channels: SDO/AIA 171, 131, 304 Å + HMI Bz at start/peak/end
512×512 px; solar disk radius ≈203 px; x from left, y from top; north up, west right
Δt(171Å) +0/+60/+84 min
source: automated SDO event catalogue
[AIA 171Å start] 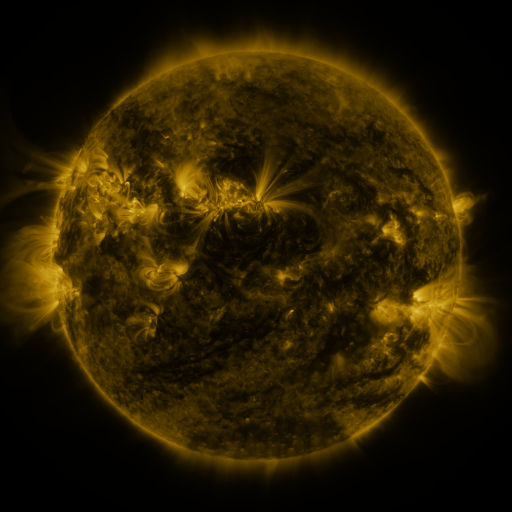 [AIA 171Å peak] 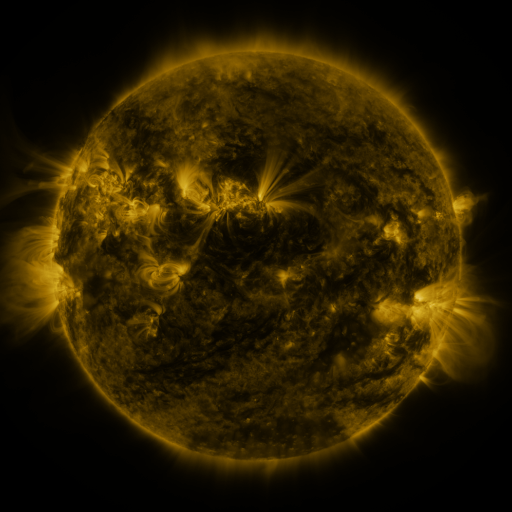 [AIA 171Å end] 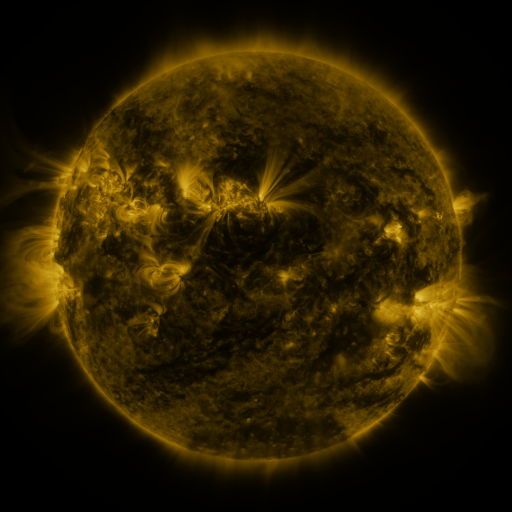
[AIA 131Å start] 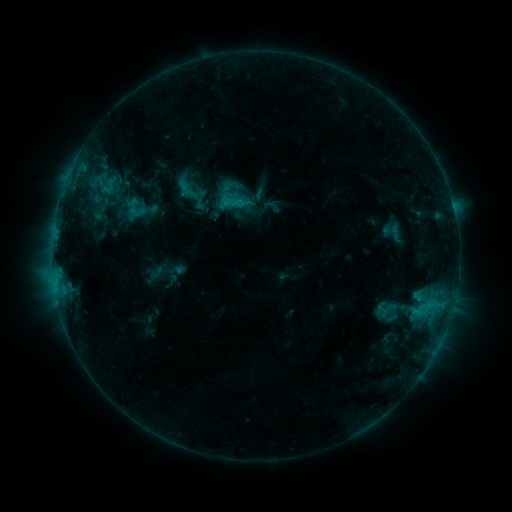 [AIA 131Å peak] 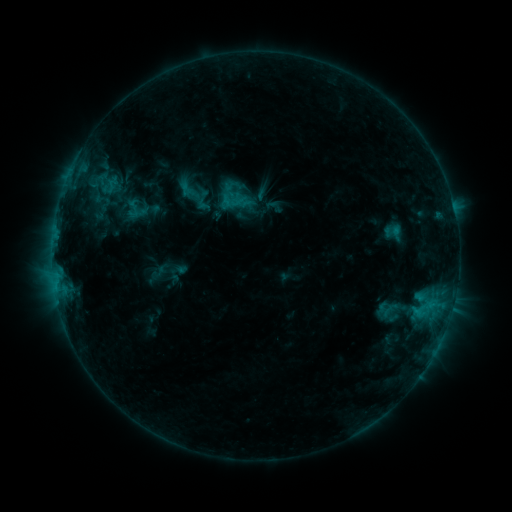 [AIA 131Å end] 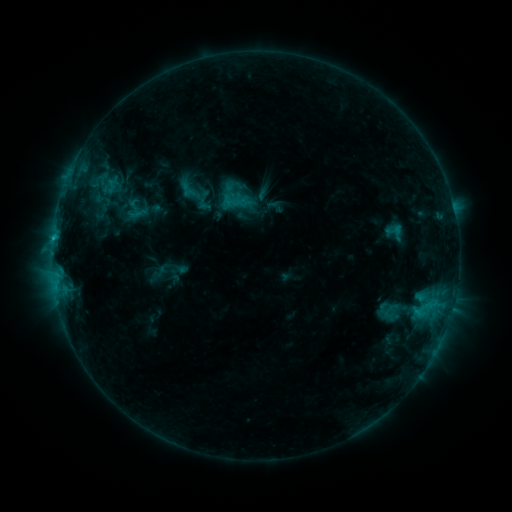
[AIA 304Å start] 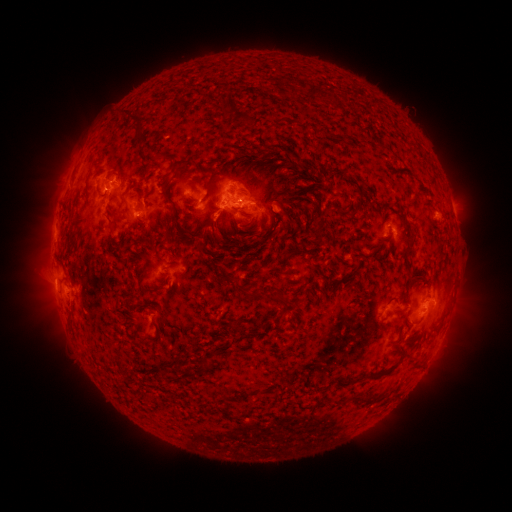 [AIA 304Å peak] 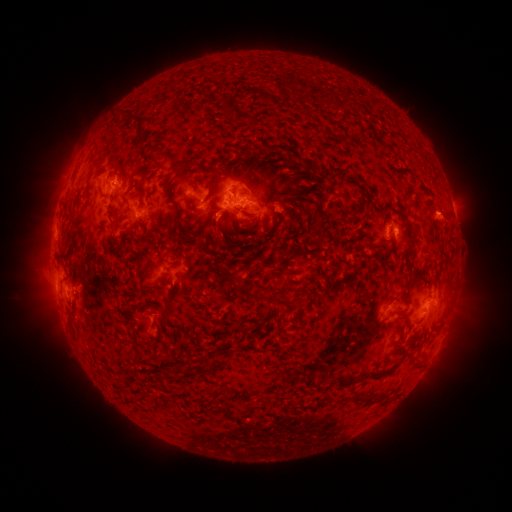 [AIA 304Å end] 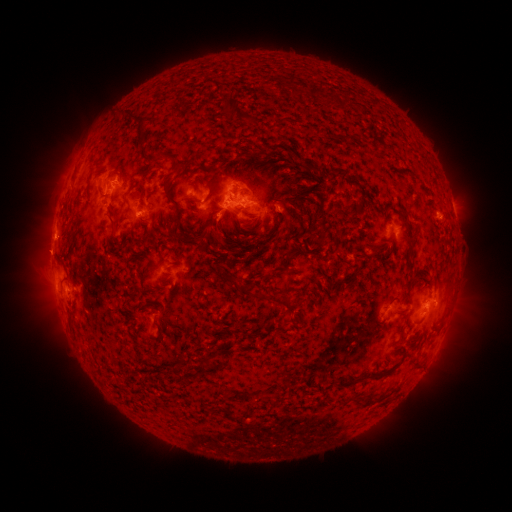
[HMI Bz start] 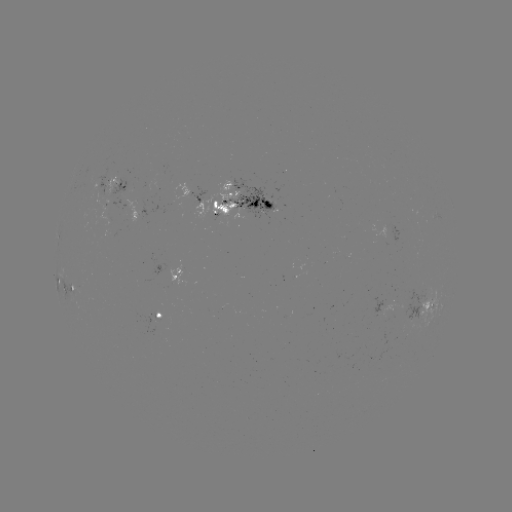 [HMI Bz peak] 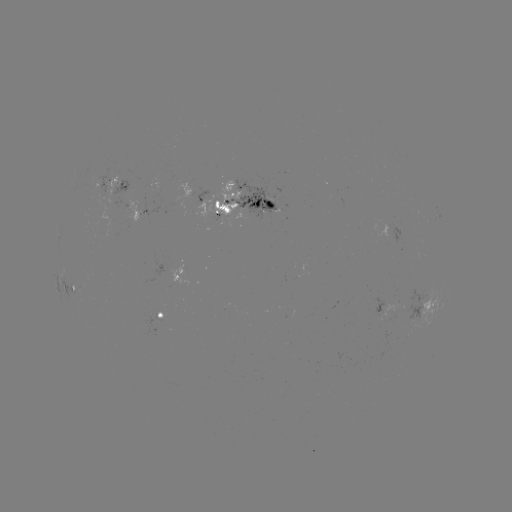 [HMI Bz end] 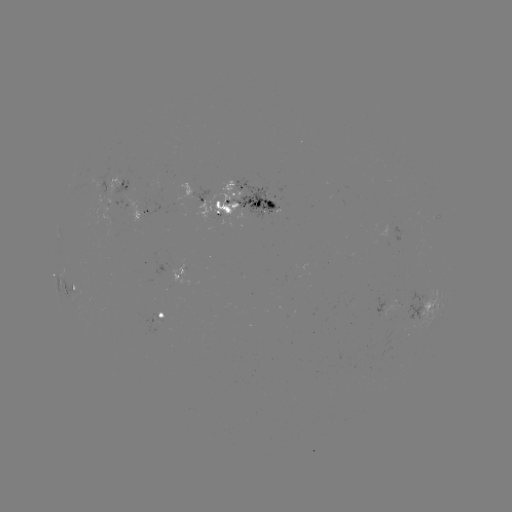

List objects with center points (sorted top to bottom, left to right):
emerging-flux region: (259, 207)
